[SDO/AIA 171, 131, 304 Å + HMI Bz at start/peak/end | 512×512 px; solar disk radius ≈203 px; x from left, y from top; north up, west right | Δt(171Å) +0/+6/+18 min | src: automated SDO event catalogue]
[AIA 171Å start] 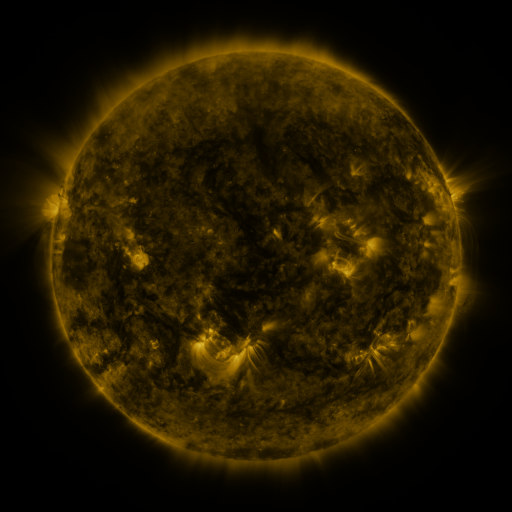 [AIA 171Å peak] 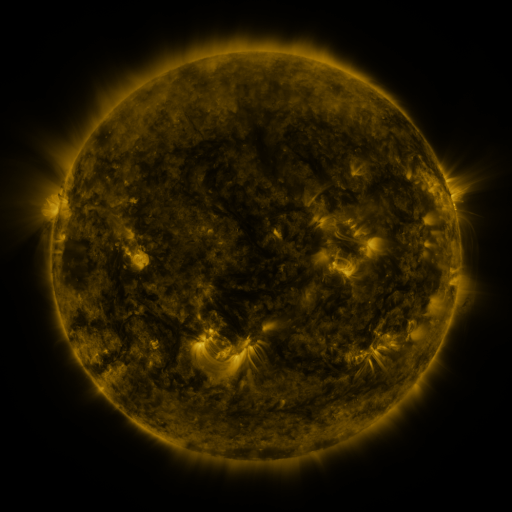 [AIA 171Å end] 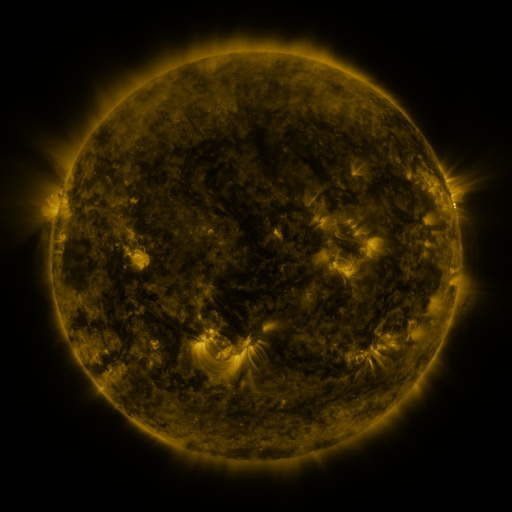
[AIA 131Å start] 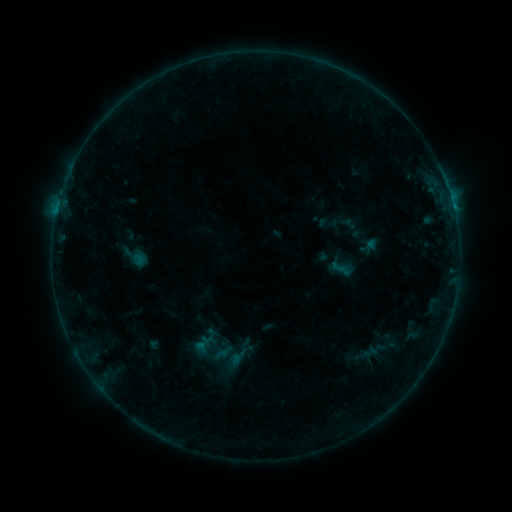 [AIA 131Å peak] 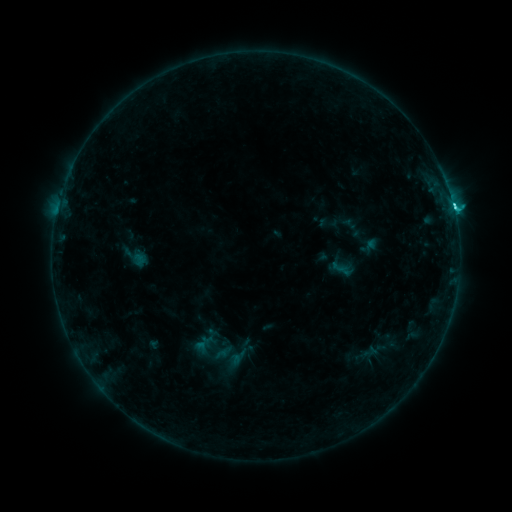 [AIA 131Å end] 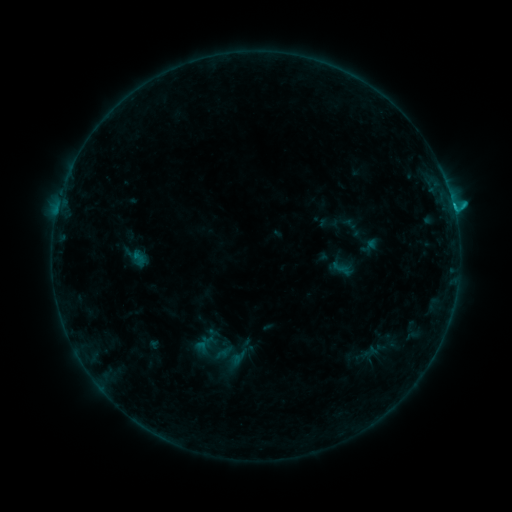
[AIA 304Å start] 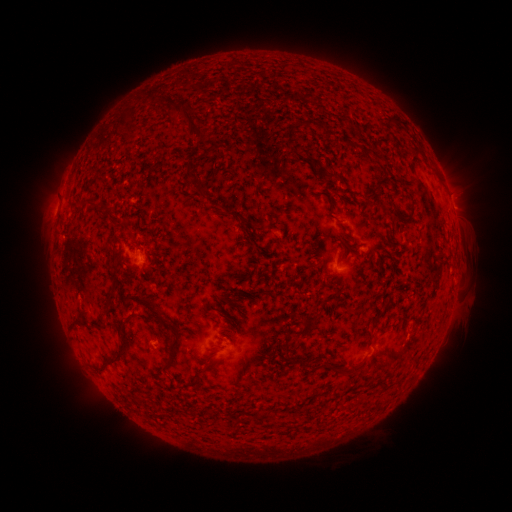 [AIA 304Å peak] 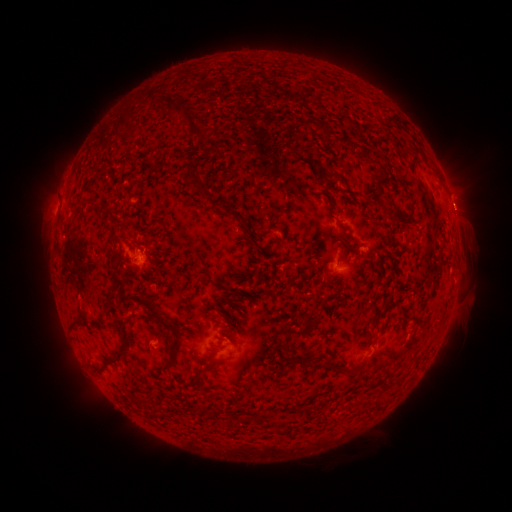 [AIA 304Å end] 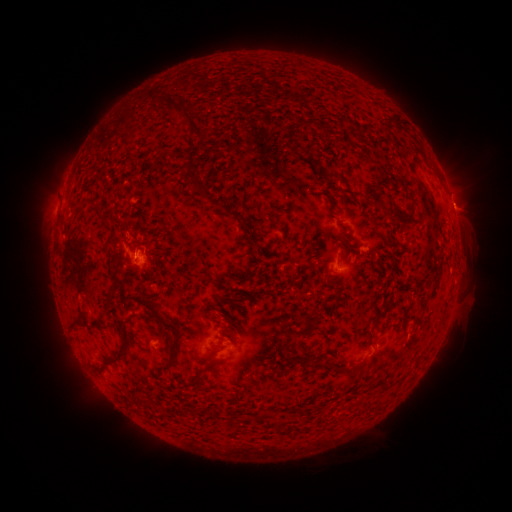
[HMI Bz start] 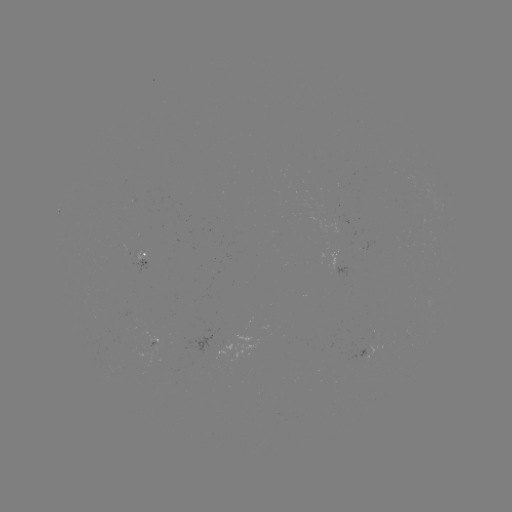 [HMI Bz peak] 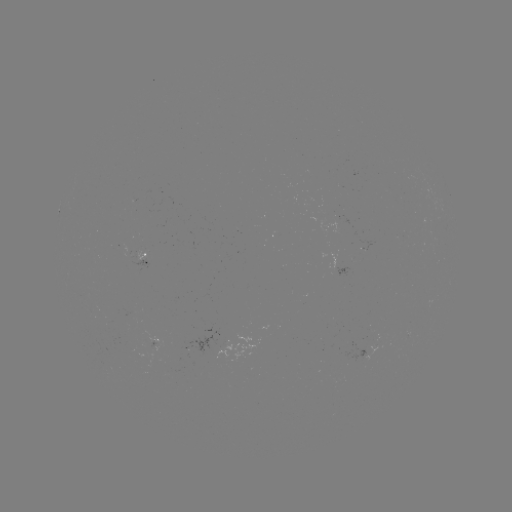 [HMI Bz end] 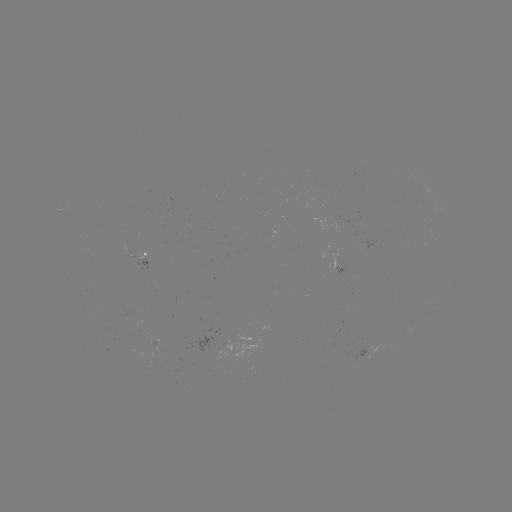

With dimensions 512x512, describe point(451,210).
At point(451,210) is C1.7 flare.